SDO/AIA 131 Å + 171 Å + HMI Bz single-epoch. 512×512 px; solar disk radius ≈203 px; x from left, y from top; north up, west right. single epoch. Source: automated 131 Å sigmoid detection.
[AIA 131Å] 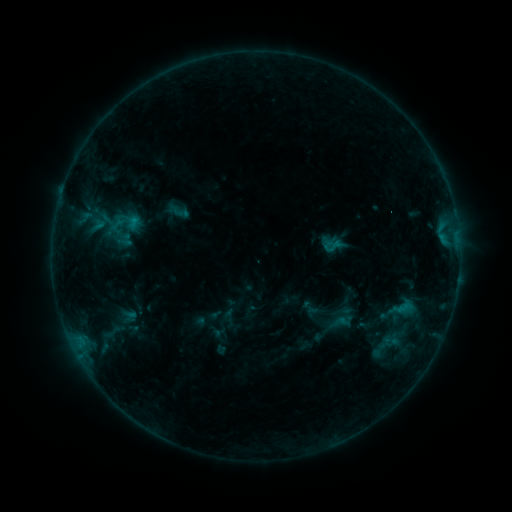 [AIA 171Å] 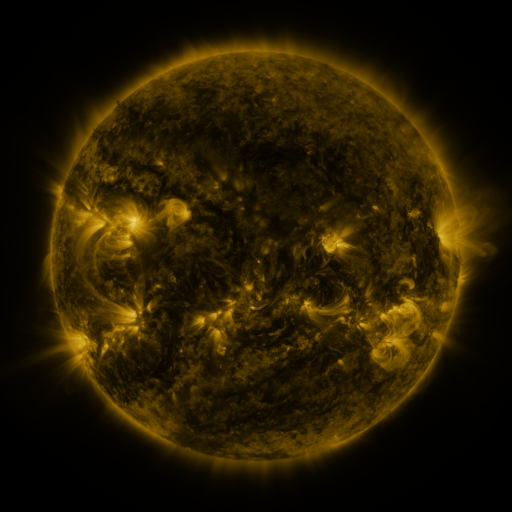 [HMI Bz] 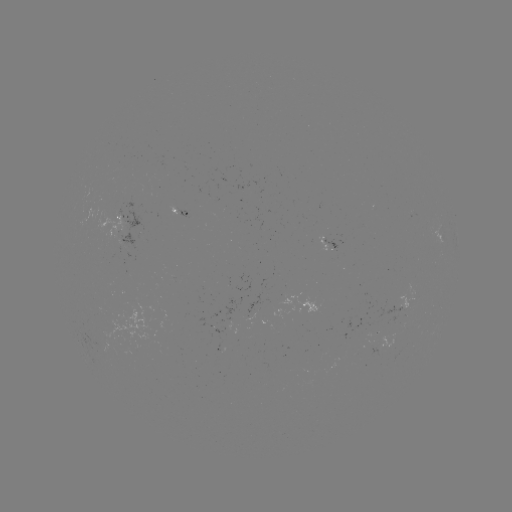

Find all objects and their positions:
sigmoid: [322, 237, 343, 256]
sigmoid: [327, 299, 352, 324]
sigmoid: [97, 321, 127, 343]
